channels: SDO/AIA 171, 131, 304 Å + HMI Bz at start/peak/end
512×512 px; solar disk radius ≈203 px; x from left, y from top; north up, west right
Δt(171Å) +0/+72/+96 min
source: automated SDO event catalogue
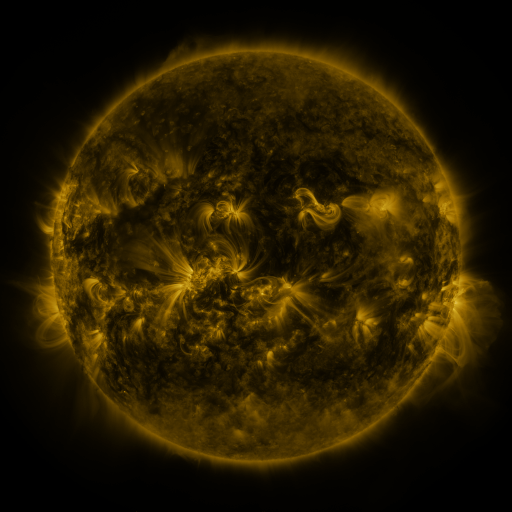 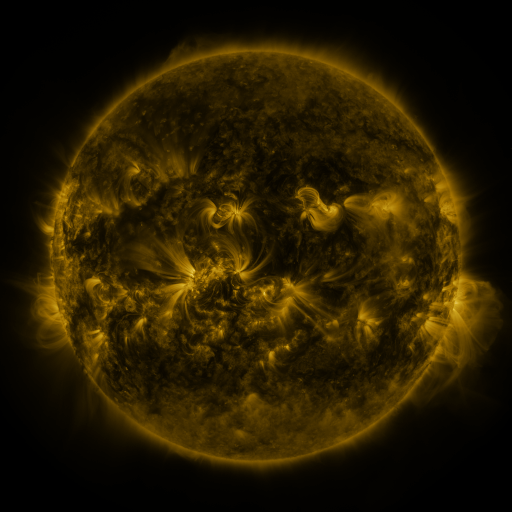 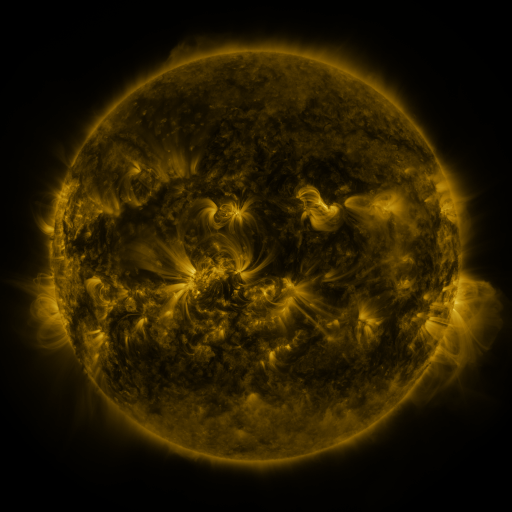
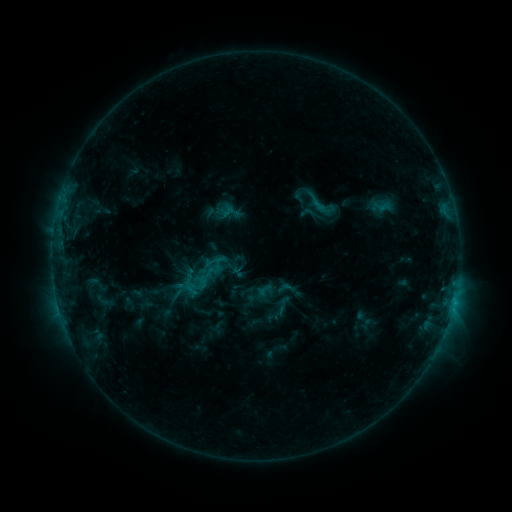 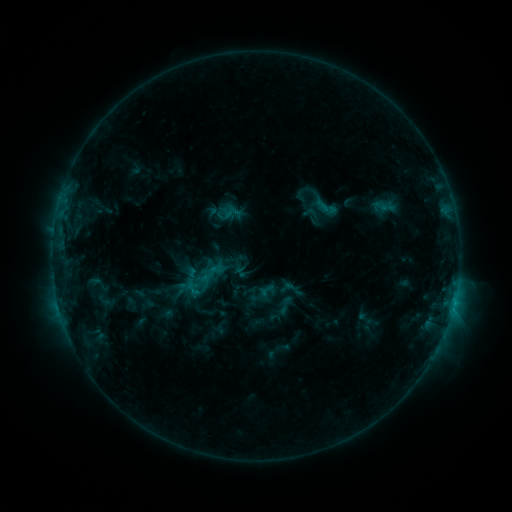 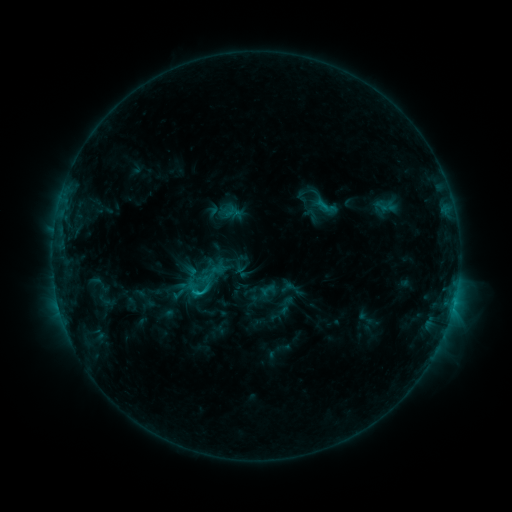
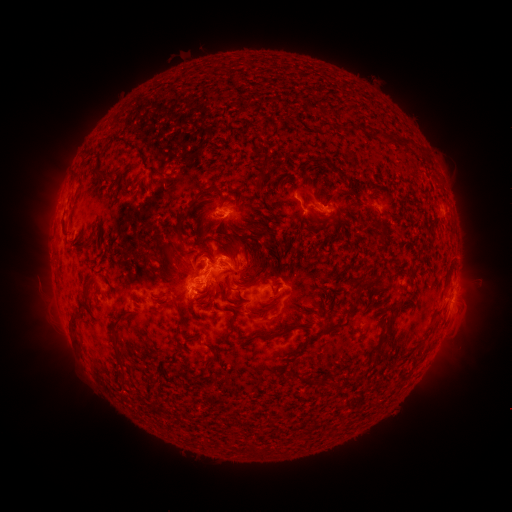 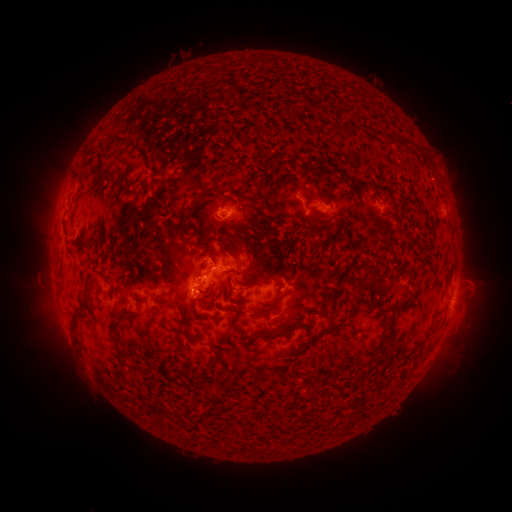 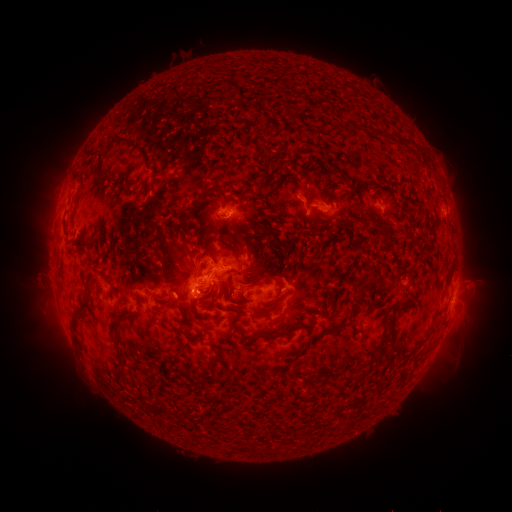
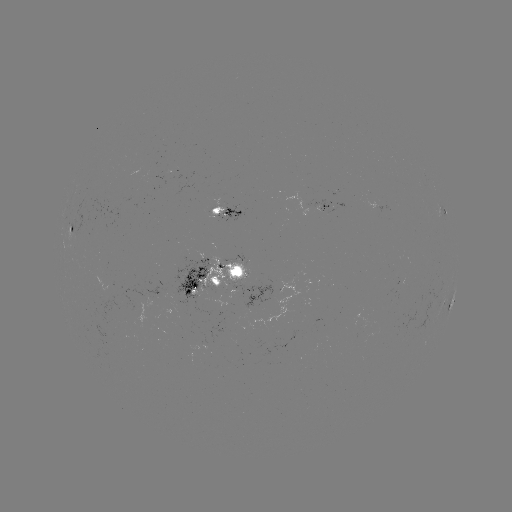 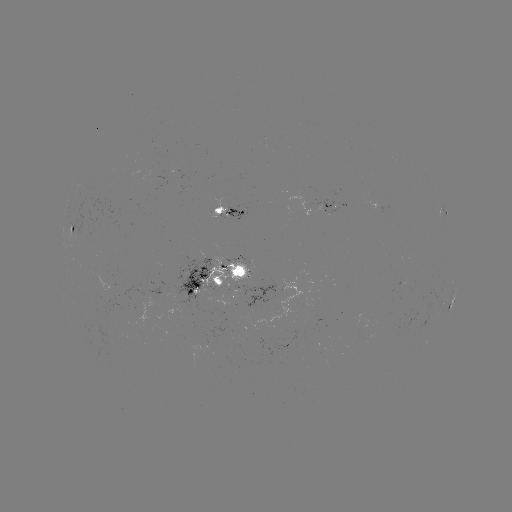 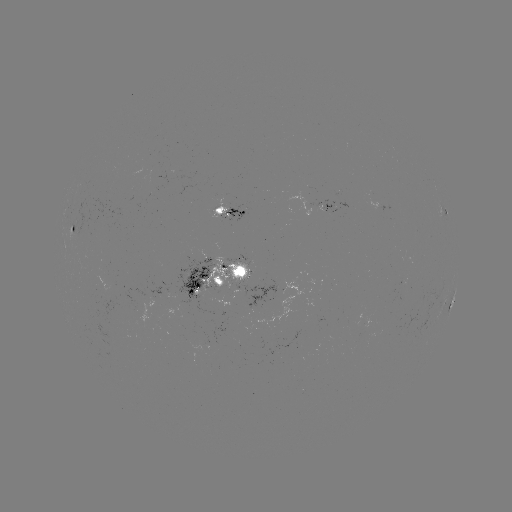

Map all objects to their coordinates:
emerging-flux region: (220, 215)
